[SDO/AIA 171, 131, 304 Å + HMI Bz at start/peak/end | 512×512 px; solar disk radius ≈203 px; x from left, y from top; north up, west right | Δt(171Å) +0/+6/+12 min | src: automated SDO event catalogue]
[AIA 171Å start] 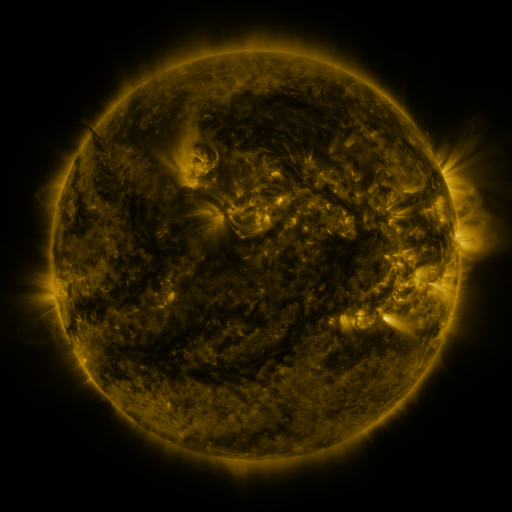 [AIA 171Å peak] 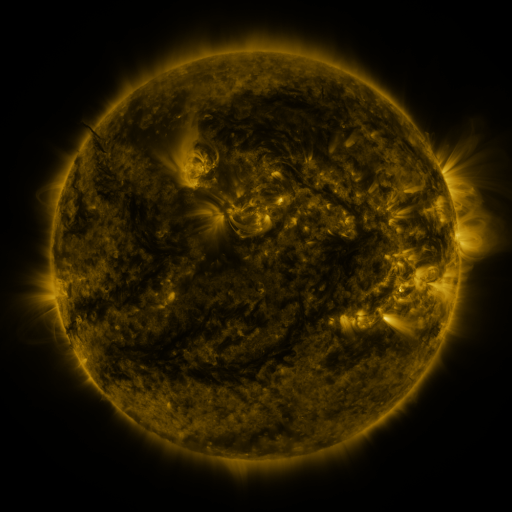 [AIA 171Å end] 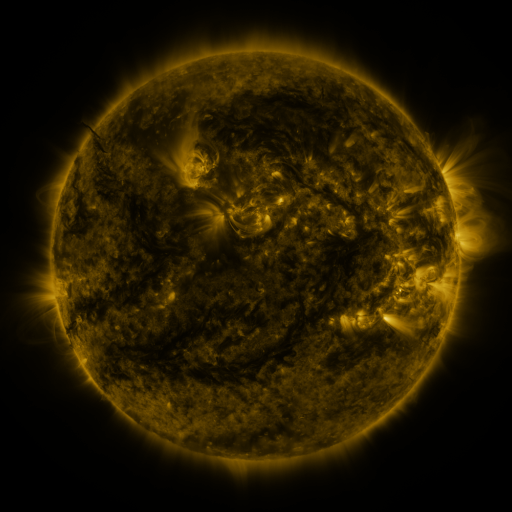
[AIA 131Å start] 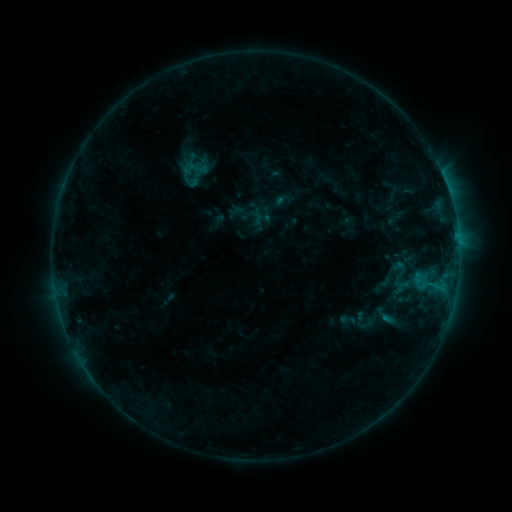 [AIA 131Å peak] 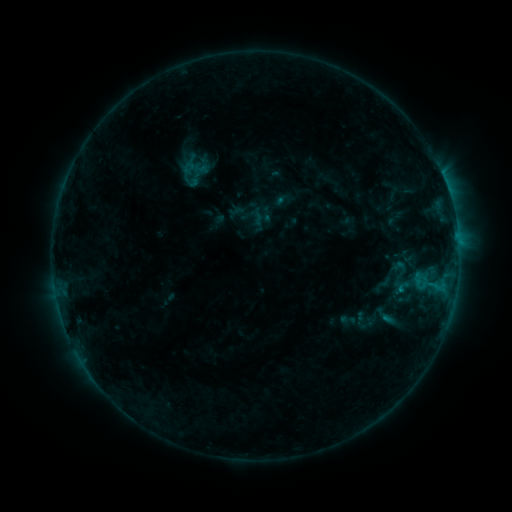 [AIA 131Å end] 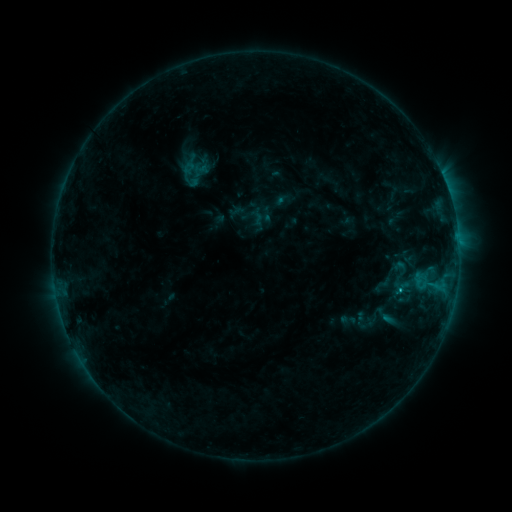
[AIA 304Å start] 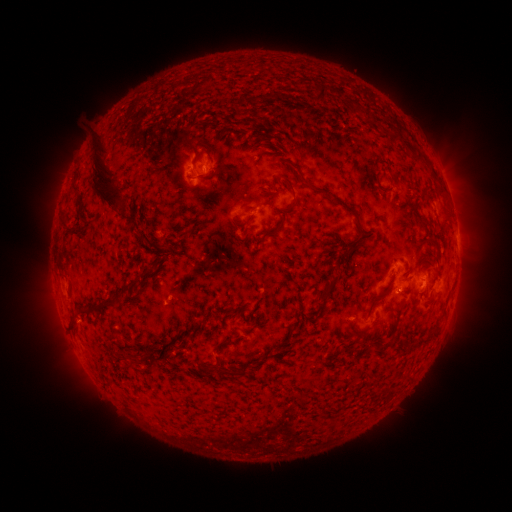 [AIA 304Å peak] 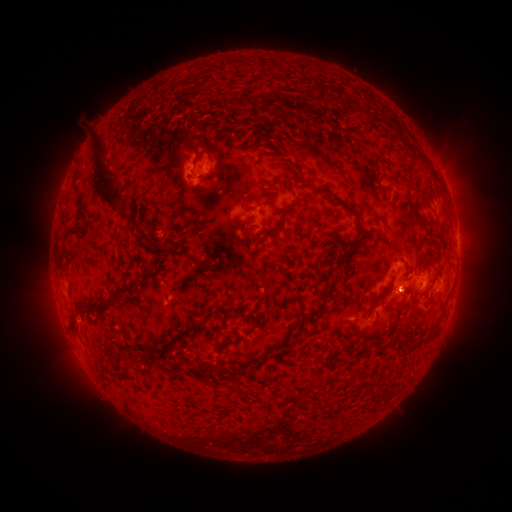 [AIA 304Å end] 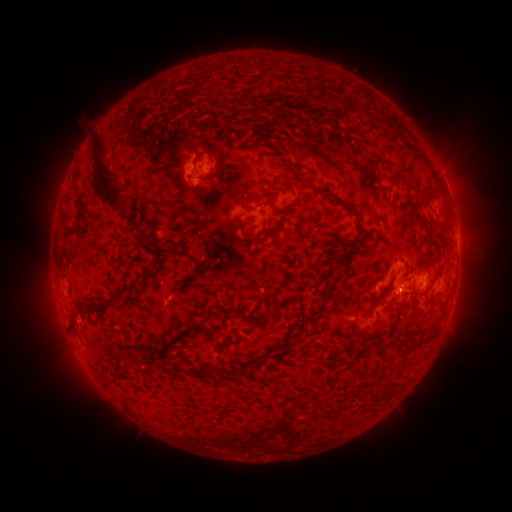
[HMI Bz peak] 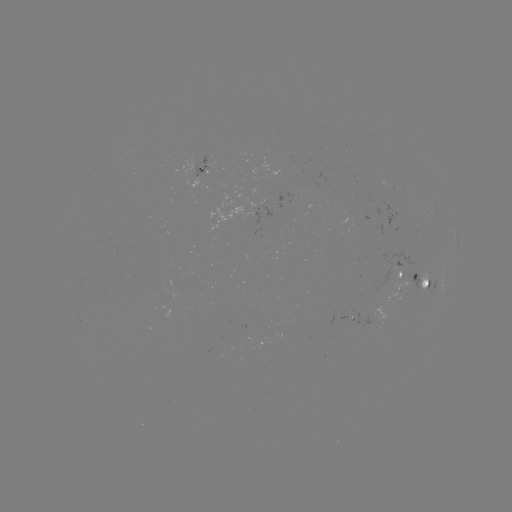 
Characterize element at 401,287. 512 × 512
B6.6 flare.